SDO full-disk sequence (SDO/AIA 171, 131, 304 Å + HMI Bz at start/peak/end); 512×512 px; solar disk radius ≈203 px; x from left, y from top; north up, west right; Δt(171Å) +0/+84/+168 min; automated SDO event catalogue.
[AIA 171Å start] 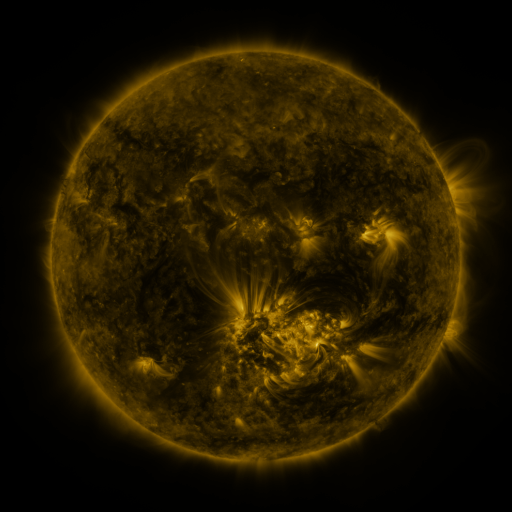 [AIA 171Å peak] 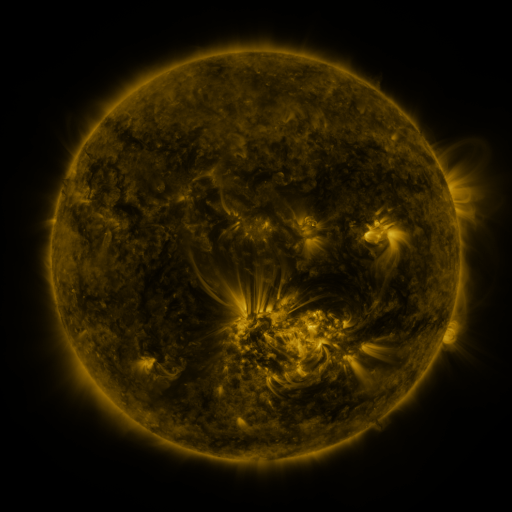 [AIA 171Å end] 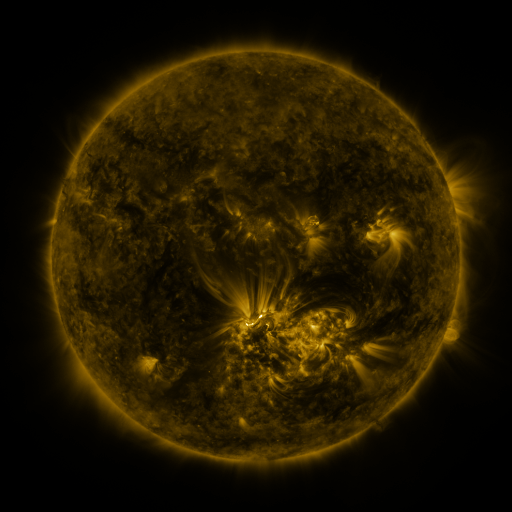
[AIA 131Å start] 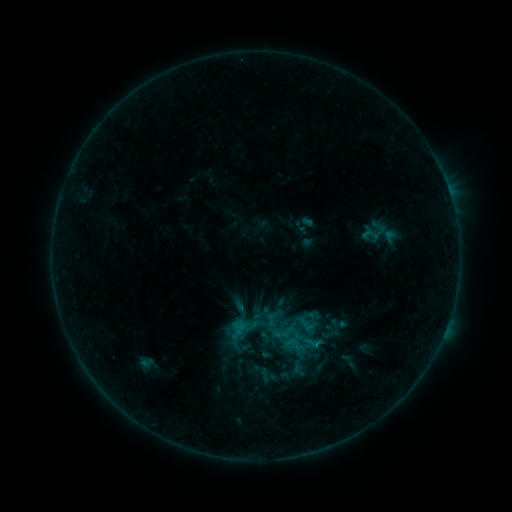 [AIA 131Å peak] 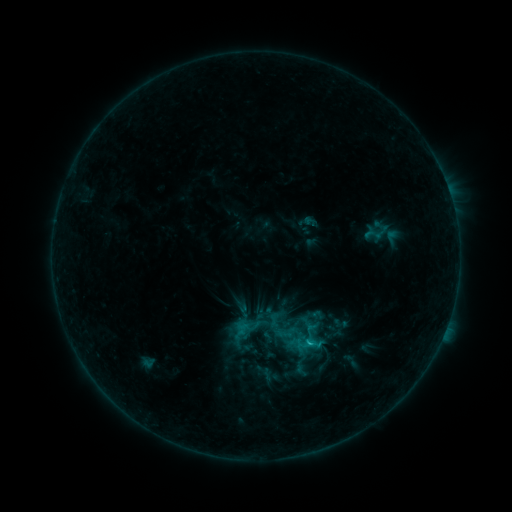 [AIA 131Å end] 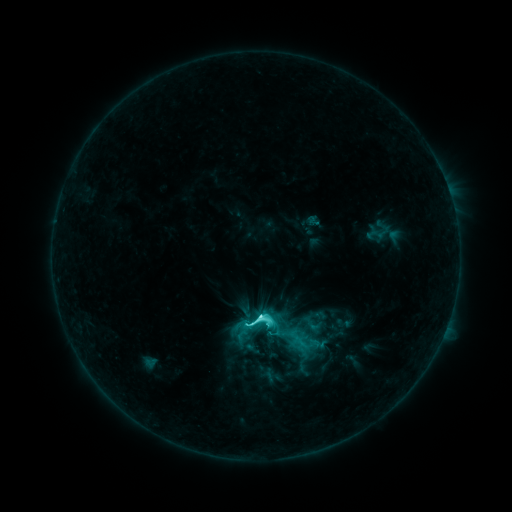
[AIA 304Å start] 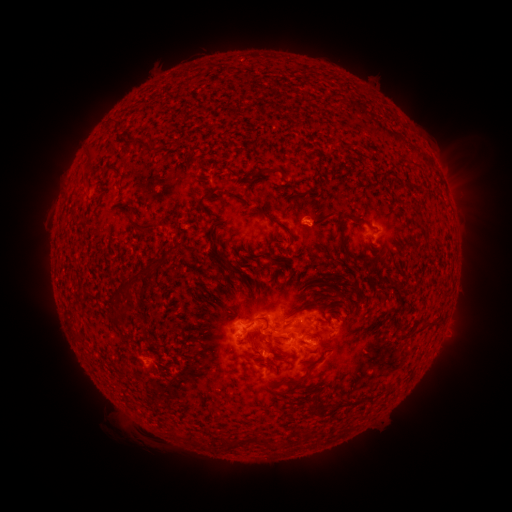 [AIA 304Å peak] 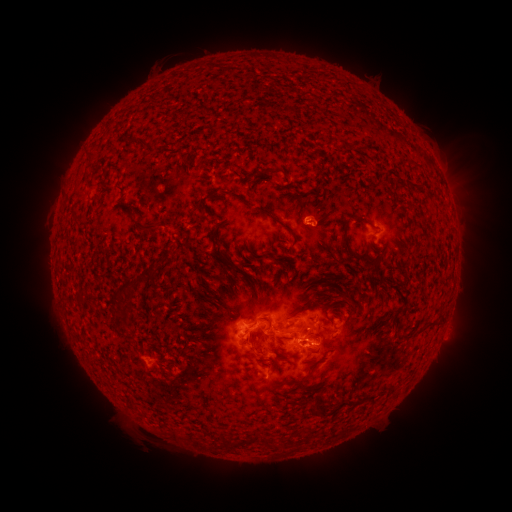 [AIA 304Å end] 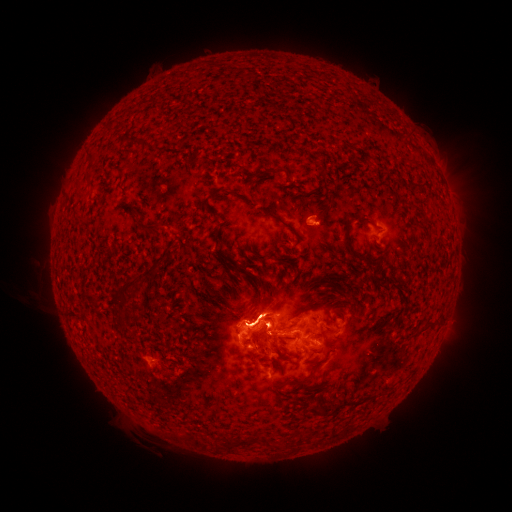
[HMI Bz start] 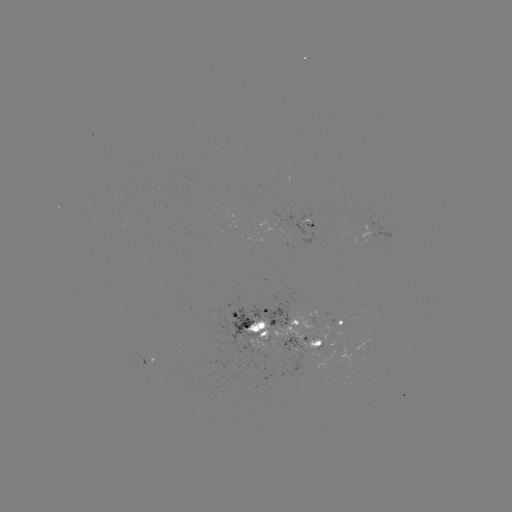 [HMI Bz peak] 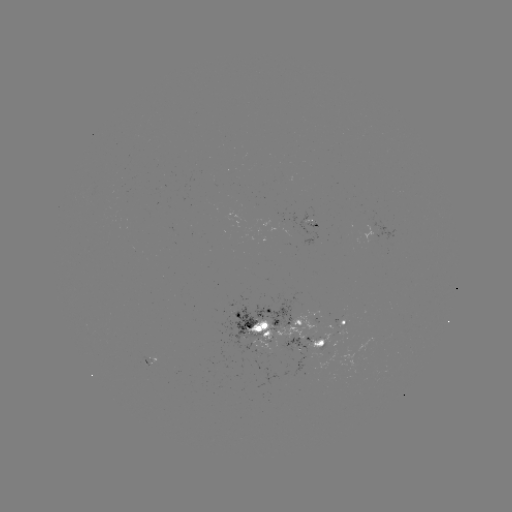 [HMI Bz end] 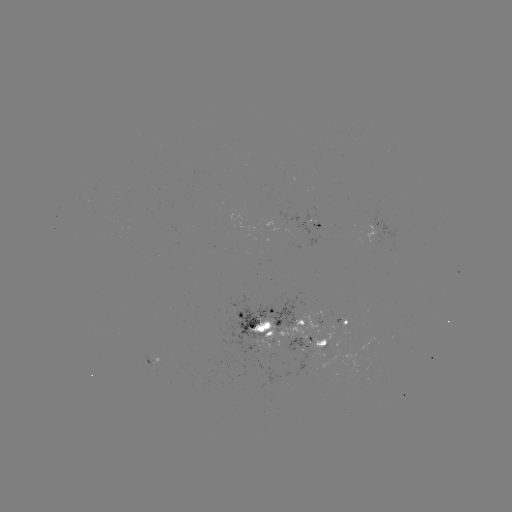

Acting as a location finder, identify filament eruption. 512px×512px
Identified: (61, 313).